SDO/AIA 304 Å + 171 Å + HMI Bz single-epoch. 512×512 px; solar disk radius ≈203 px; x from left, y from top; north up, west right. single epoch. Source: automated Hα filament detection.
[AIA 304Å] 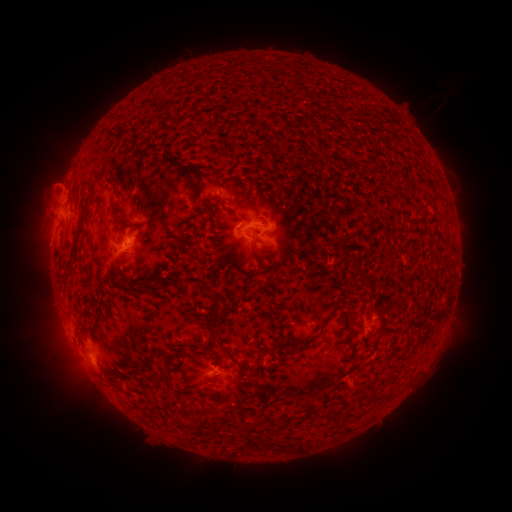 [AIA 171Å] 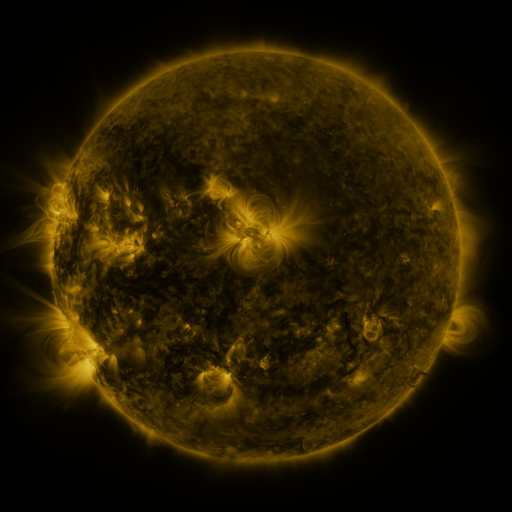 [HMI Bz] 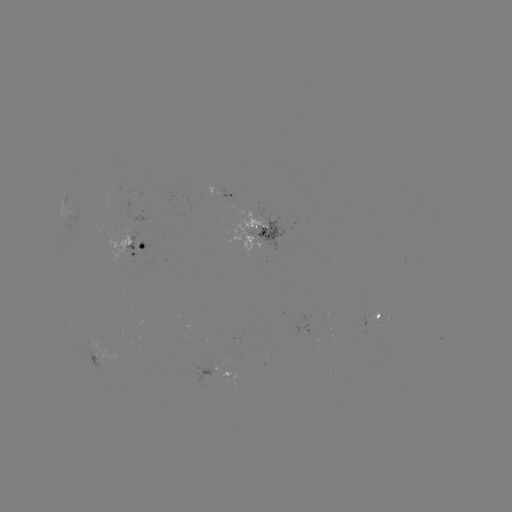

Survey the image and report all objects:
filament: (208, 103)
filament: (114, 138)
filament: (116, 195)
filament: (74, 200)
filament: (256, 232)
filament: (146, 236)
filament: (259, 241)
filament: (366, 274)
filament: (121, 283)
filament: (144, 285)
filament: (328, 317)
filament: (212, 333)
filament: (203, 344)
filament: (272, 349)
filament: (224, 352)
filament: (335, 416)
filament: (268, 443)
filament: (303, 444)
filament: (282, 445)
